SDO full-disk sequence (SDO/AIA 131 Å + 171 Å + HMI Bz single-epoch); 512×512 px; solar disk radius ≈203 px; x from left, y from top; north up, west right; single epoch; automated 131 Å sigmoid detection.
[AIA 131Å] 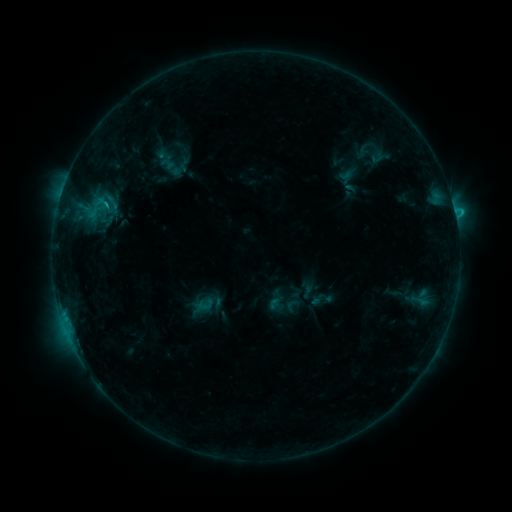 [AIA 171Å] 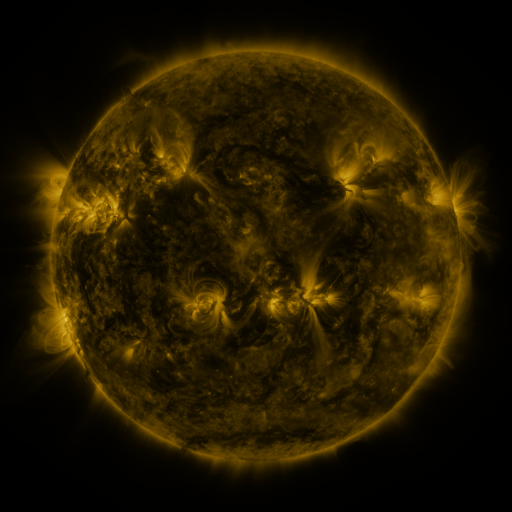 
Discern sigmoid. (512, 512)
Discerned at [173, 162].